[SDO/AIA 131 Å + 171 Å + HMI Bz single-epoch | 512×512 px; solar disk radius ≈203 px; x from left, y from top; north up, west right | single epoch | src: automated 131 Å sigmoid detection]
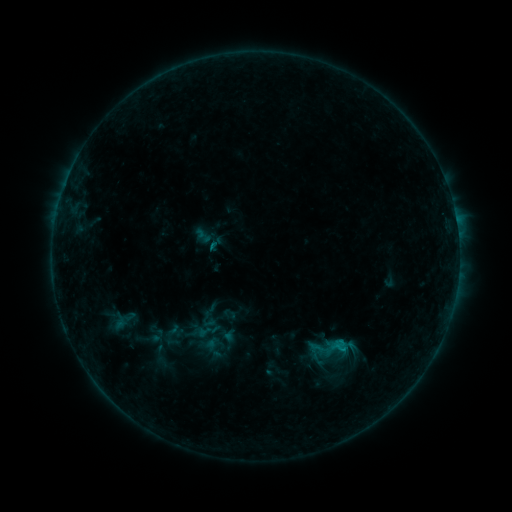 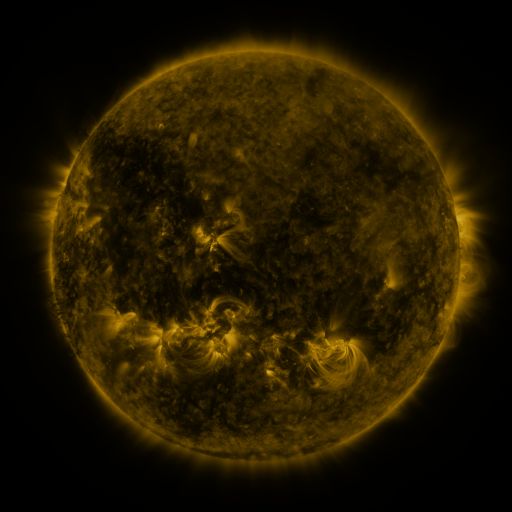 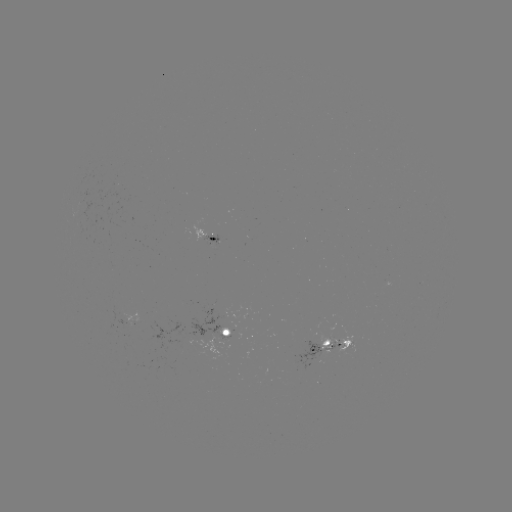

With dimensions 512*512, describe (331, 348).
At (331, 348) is sigmoid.